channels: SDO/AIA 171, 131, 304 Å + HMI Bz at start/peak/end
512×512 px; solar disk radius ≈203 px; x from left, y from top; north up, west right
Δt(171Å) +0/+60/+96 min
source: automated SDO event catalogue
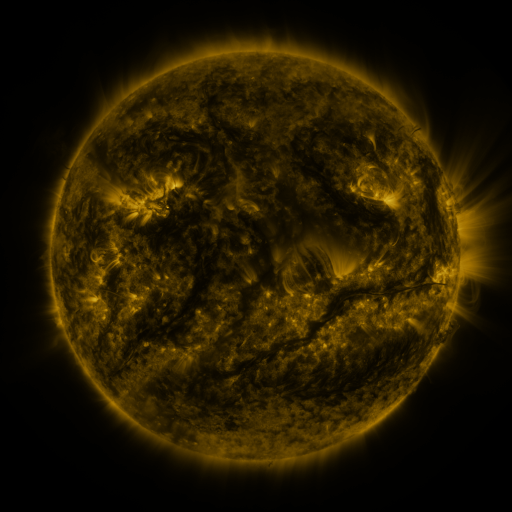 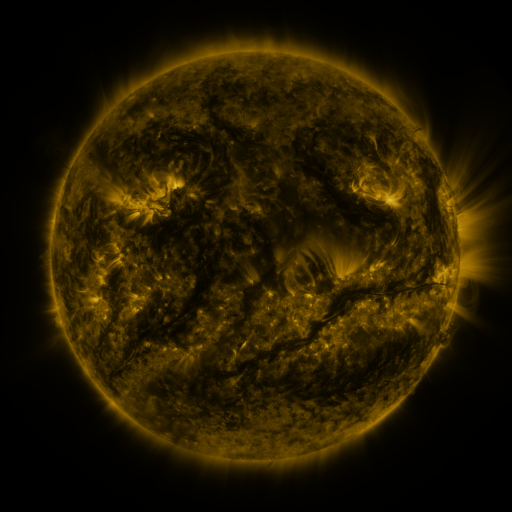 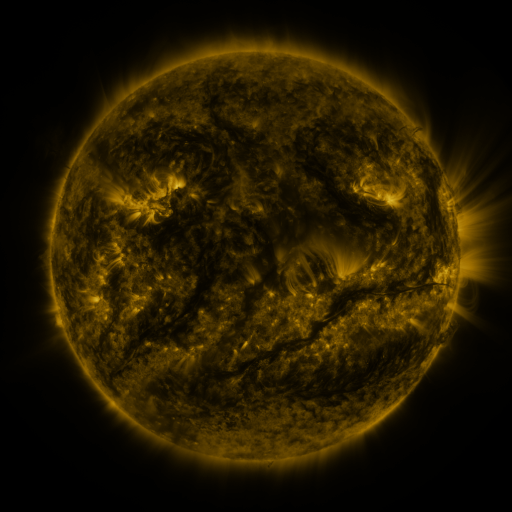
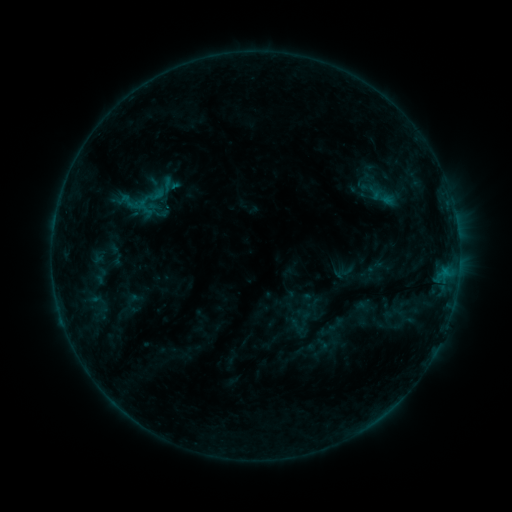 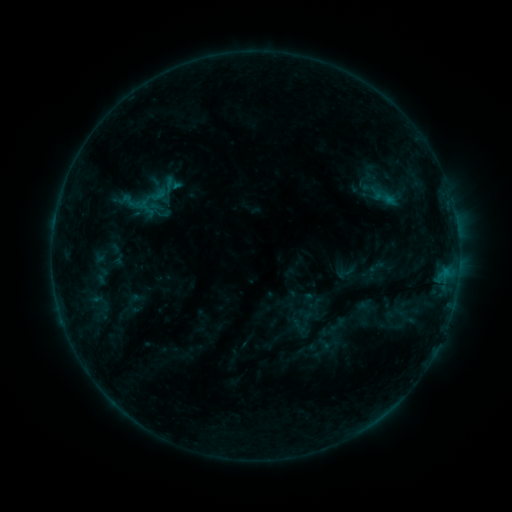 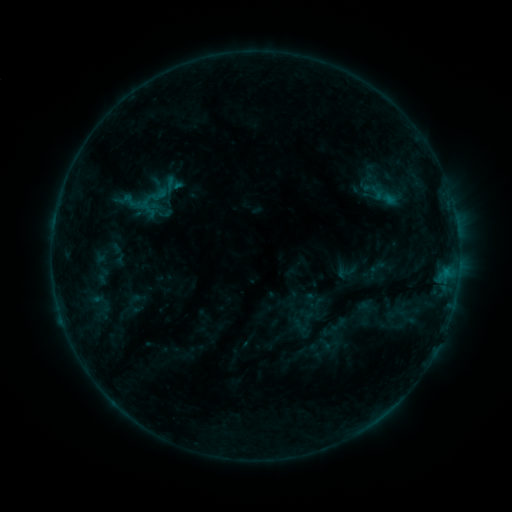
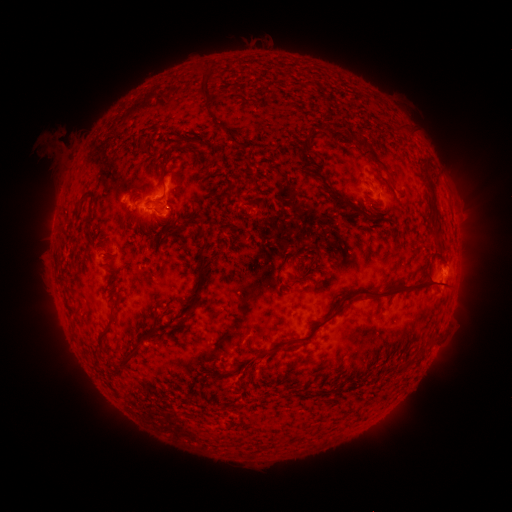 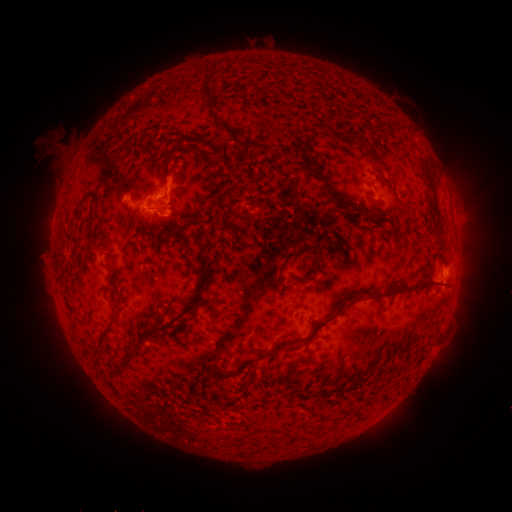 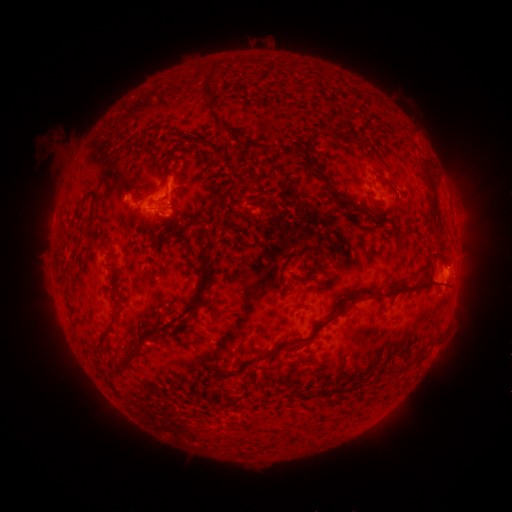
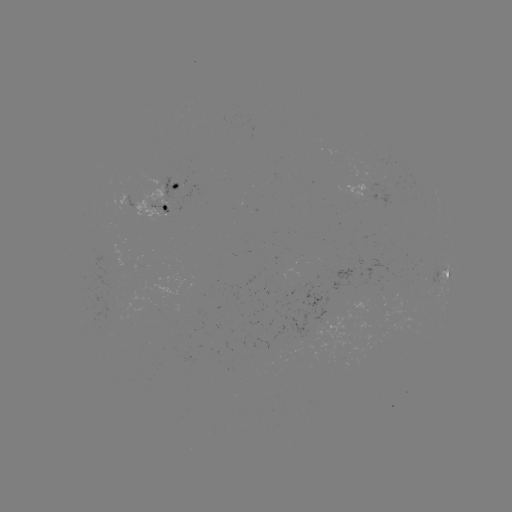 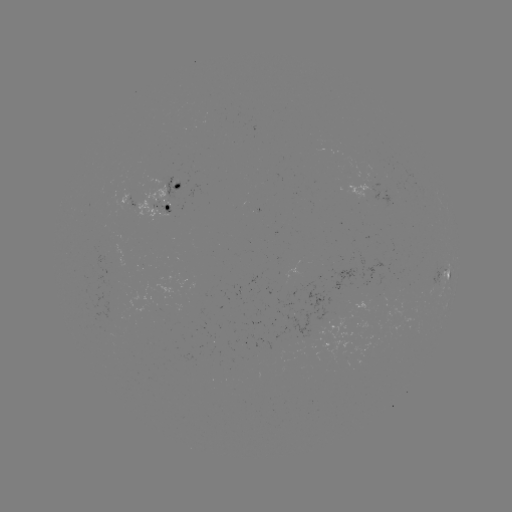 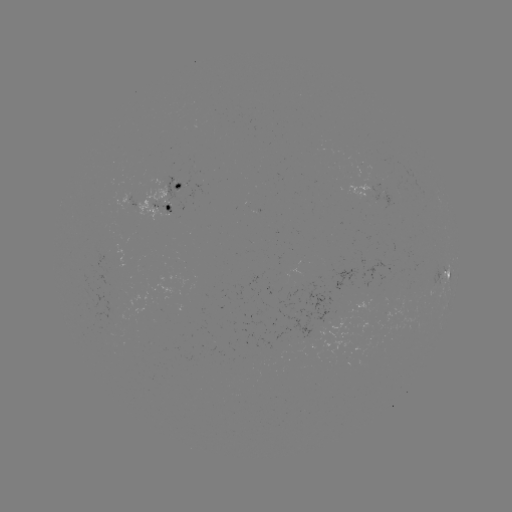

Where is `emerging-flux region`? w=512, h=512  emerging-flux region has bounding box [135, 186, 167, 222].